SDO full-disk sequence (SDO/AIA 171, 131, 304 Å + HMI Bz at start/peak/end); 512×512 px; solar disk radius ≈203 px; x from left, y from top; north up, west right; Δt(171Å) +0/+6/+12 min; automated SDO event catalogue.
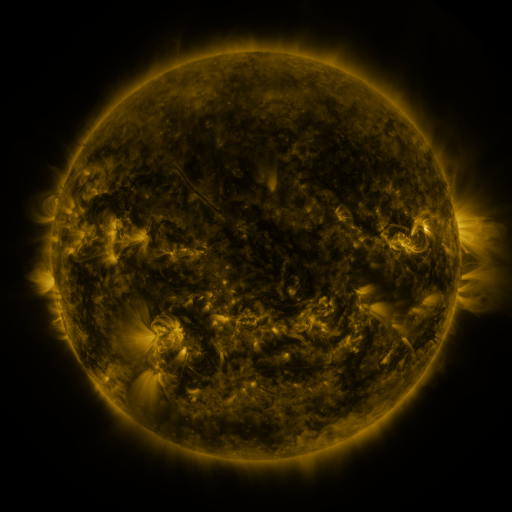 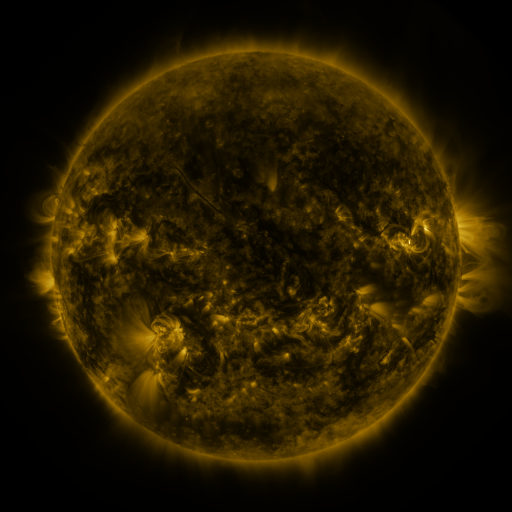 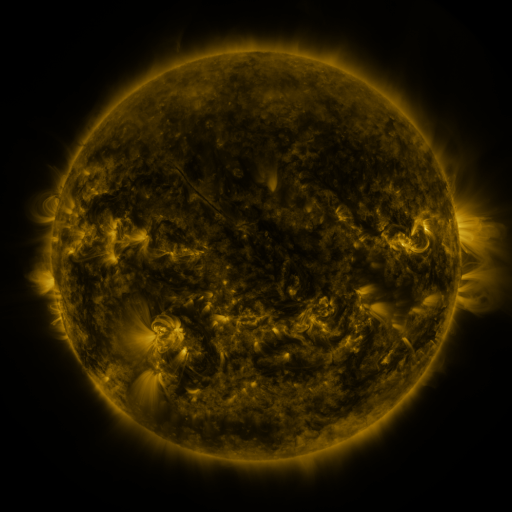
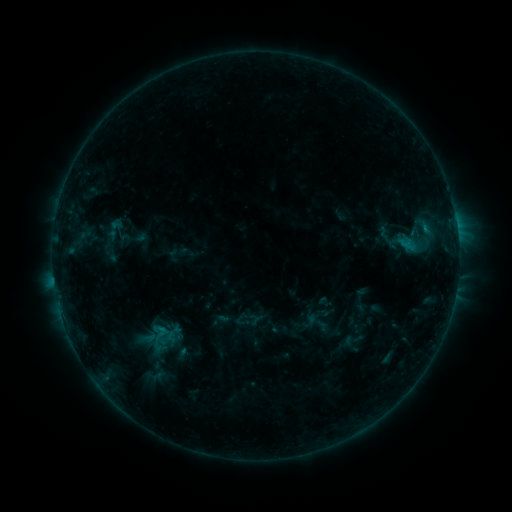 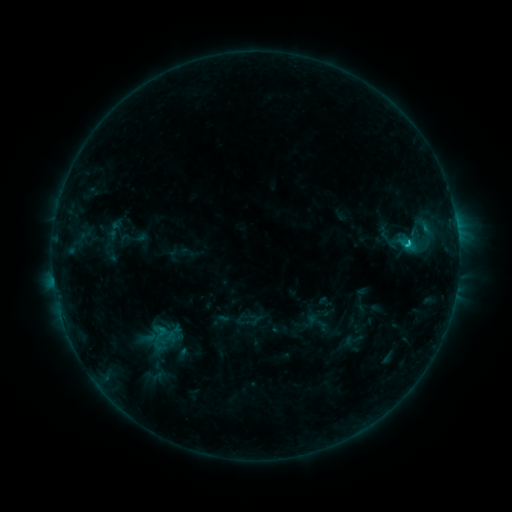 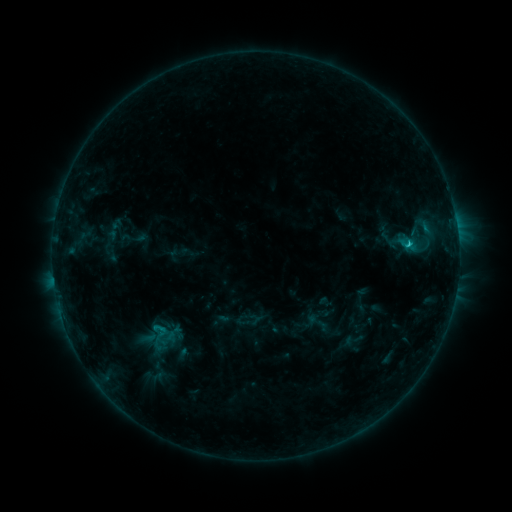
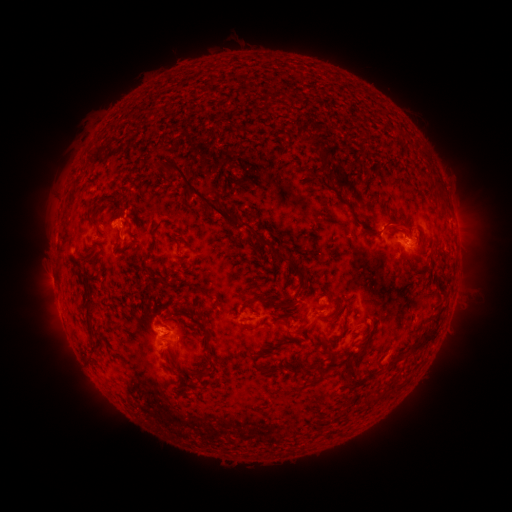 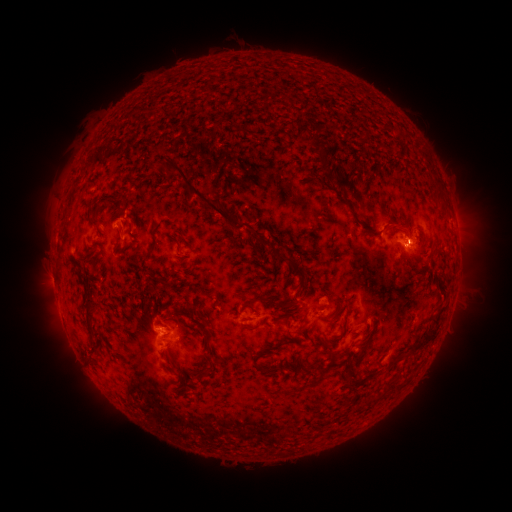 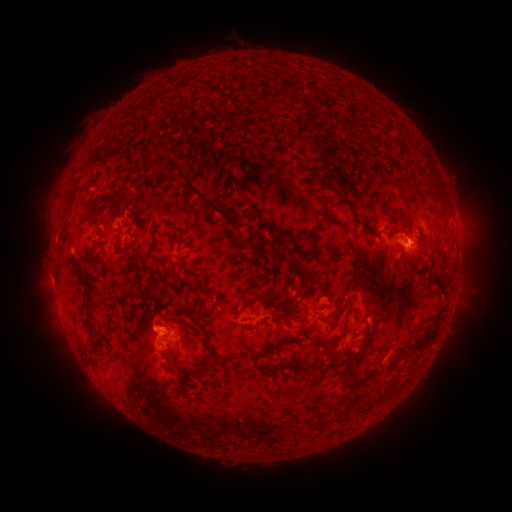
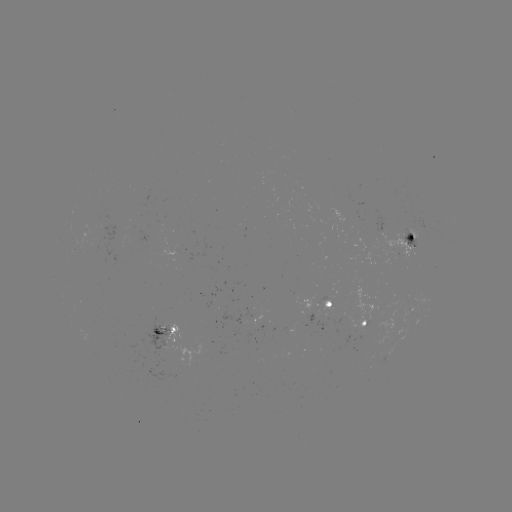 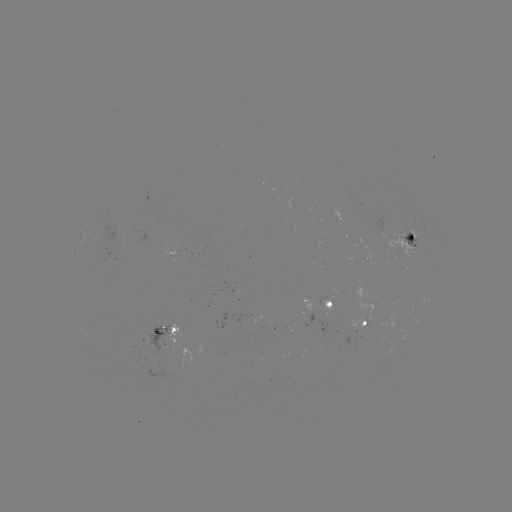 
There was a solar flare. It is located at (405, 244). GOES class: C1.3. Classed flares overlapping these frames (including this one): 1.